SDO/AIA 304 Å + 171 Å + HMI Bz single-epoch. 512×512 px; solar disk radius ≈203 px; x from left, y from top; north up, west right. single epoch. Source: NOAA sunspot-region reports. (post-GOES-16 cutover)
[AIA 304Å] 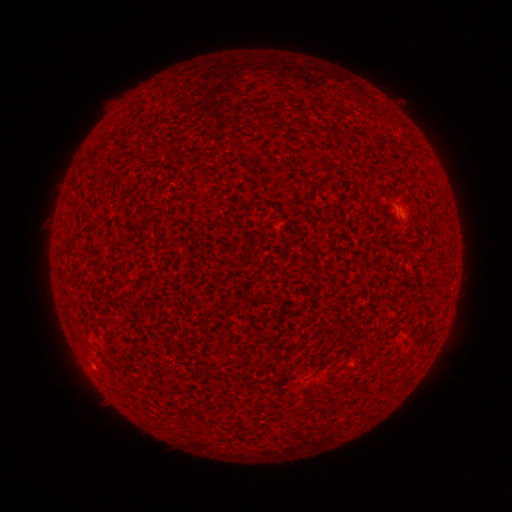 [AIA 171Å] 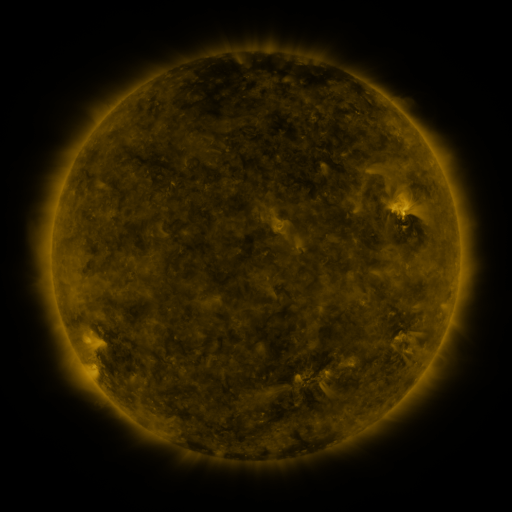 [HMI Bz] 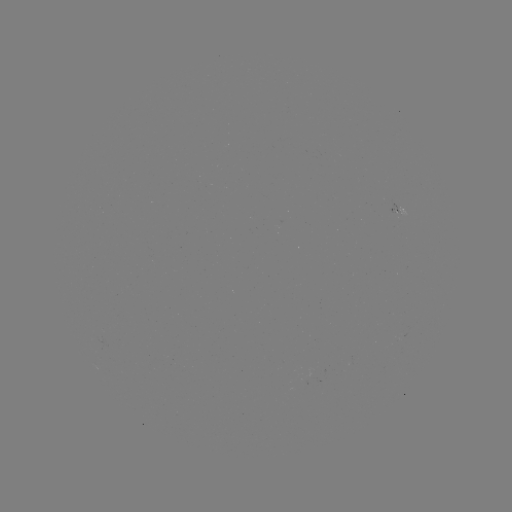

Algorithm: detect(spotted active region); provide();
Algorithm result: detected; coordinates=(397, 209)